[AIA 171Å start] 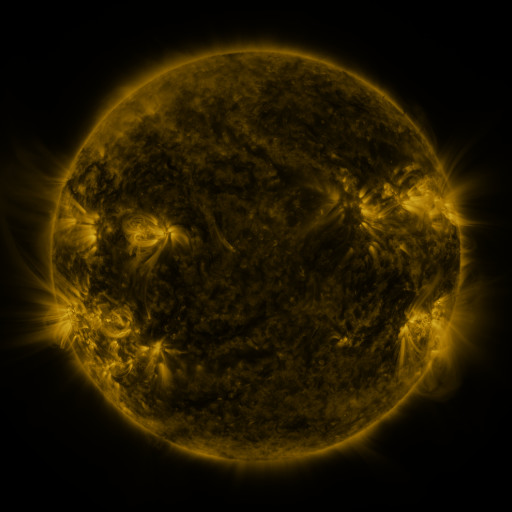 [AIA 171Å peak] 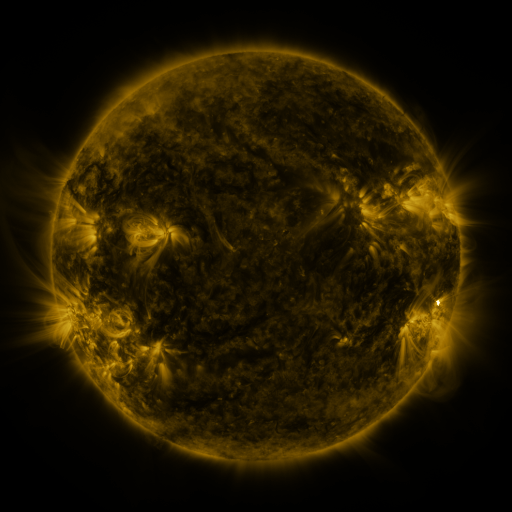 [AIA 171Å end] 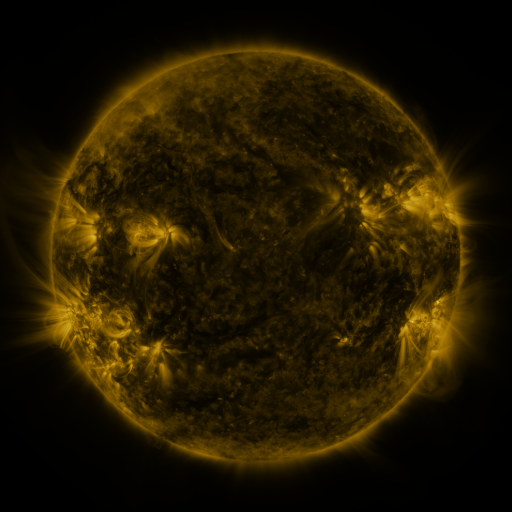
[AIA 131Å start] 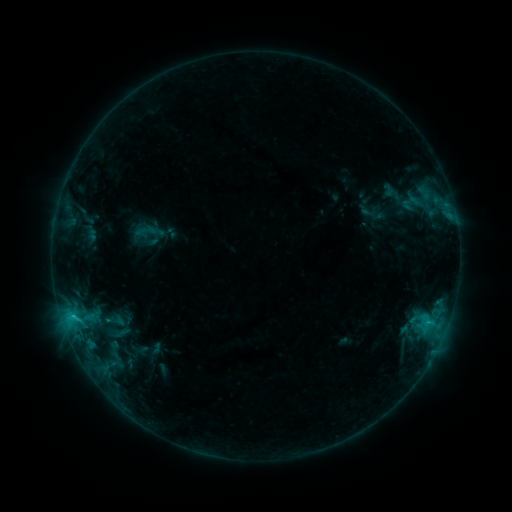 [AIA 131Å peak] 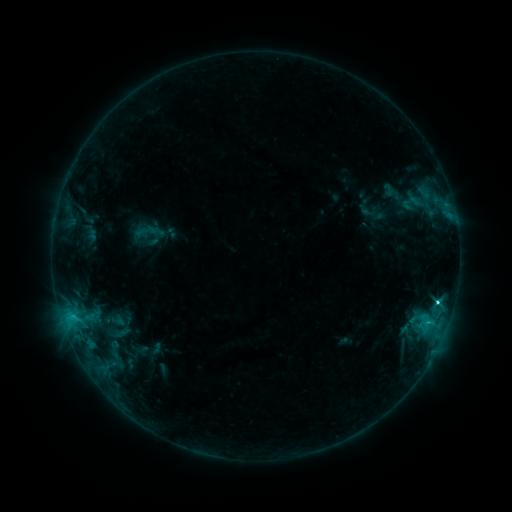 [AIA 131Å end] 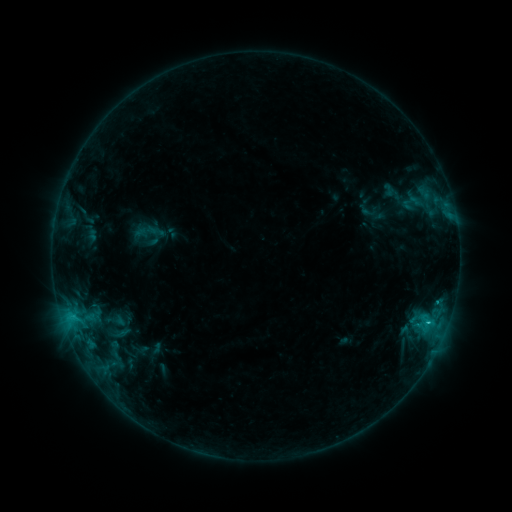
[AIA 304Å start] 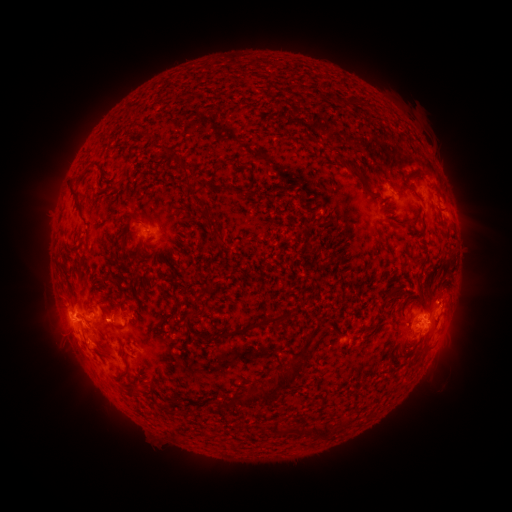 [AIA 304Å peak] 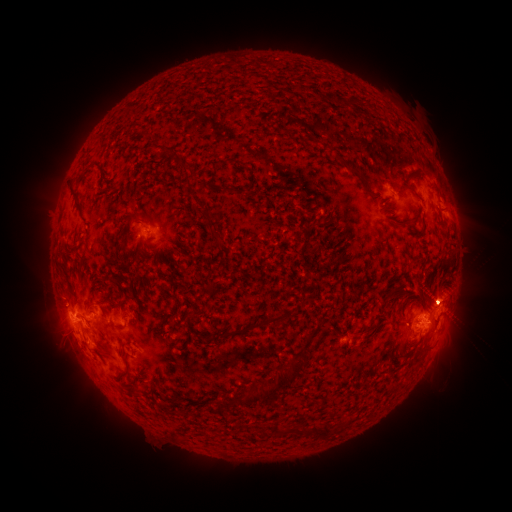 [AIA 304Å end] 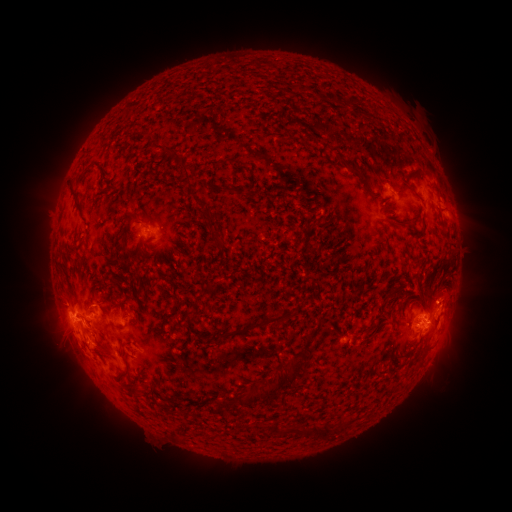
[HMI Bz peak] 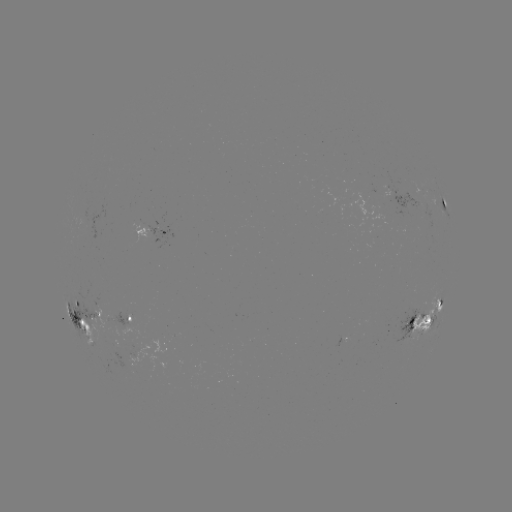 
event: flare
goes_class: C3.0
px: (437, 300)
